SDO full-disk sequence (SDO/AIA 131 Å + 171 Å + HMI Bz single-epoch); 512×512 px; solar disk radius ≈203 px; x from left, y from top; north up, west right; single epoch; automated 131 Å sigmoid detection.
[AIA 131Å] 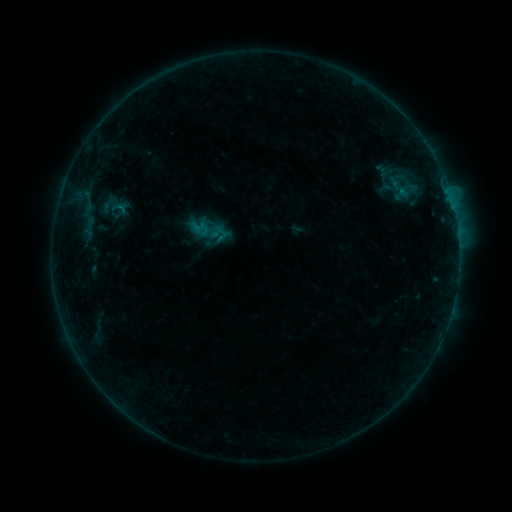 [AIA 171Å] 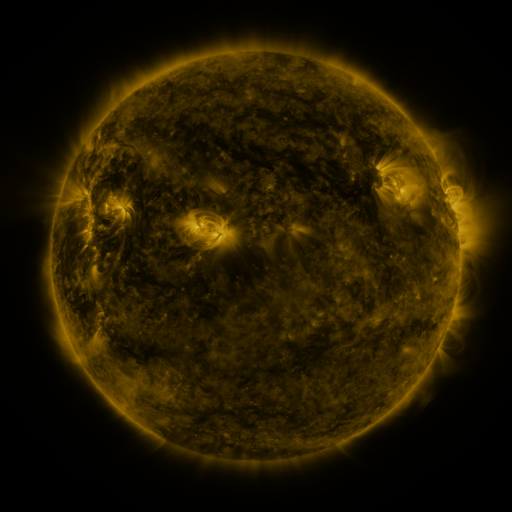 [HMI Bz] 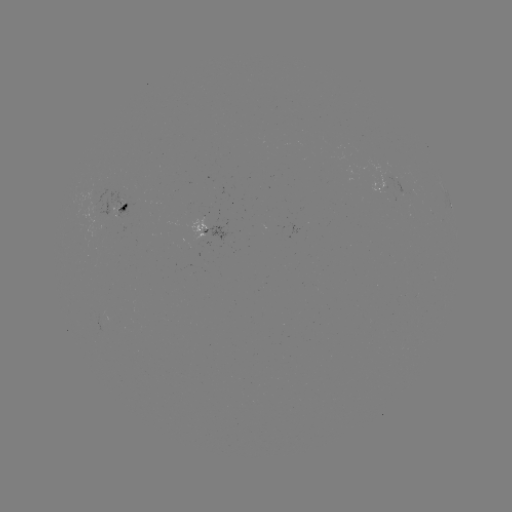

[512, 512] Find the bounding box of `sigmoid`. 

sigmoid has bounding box [377, 172, 419, 205].